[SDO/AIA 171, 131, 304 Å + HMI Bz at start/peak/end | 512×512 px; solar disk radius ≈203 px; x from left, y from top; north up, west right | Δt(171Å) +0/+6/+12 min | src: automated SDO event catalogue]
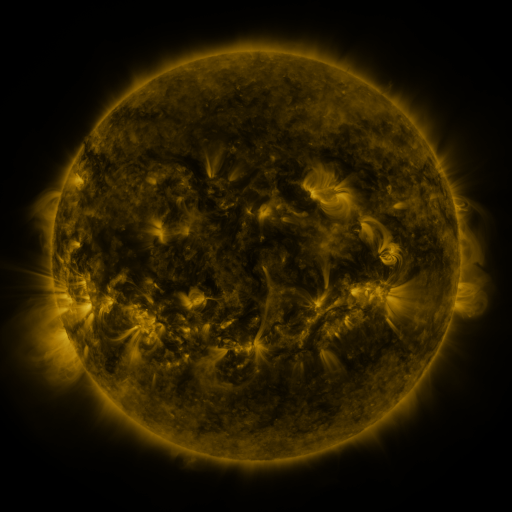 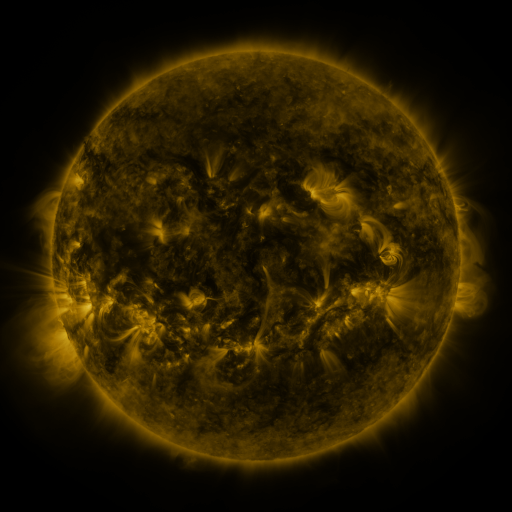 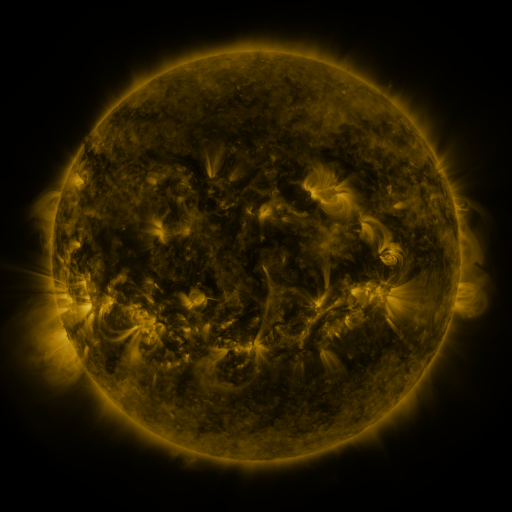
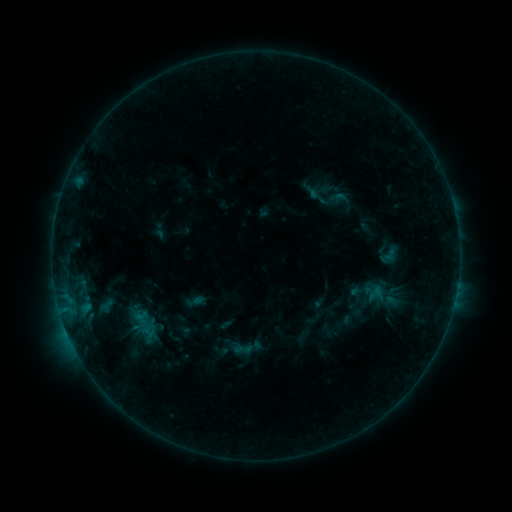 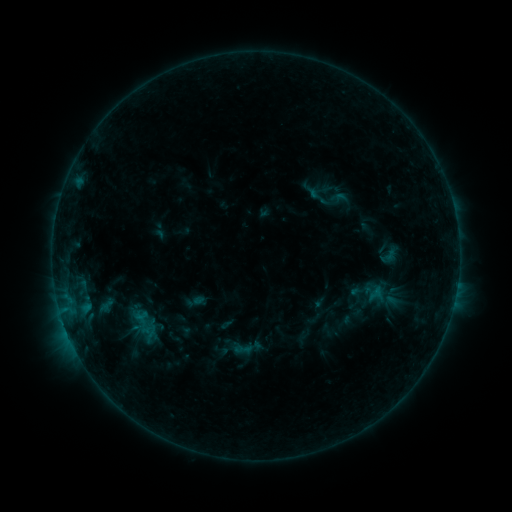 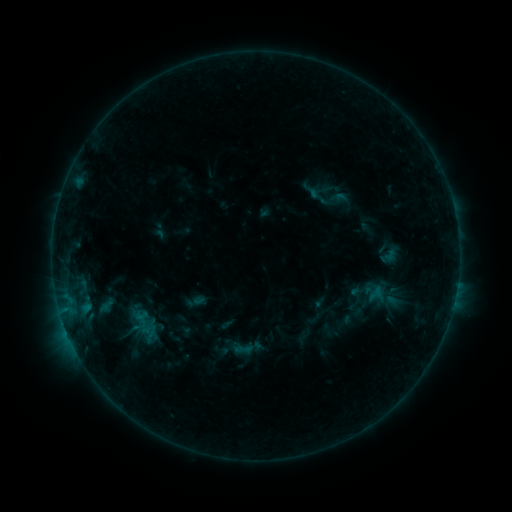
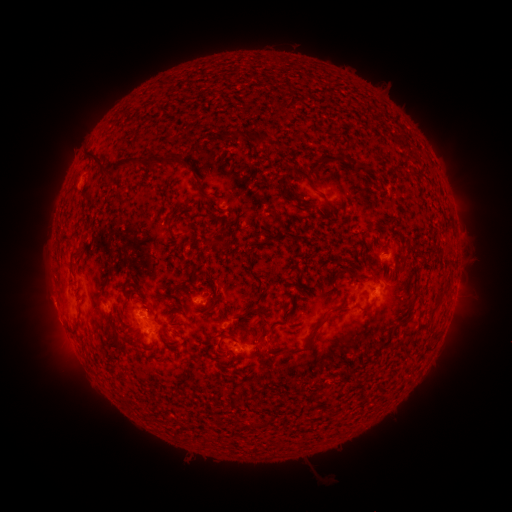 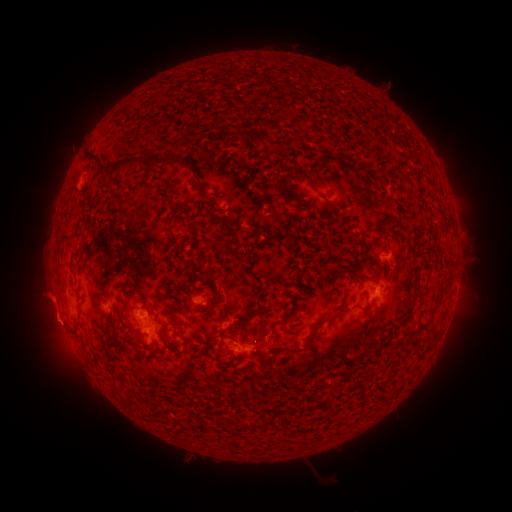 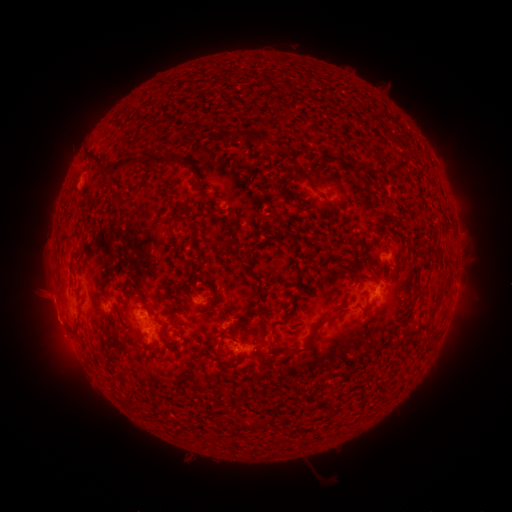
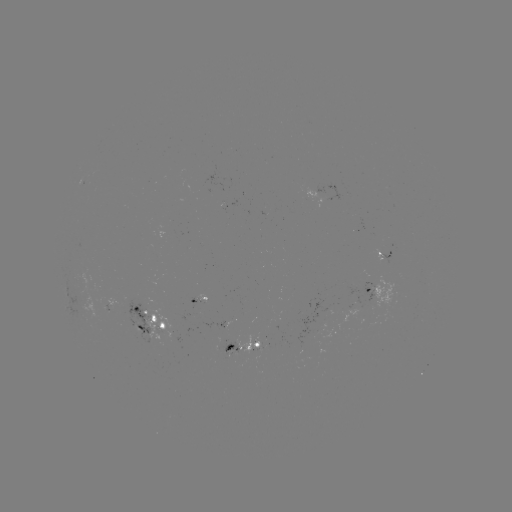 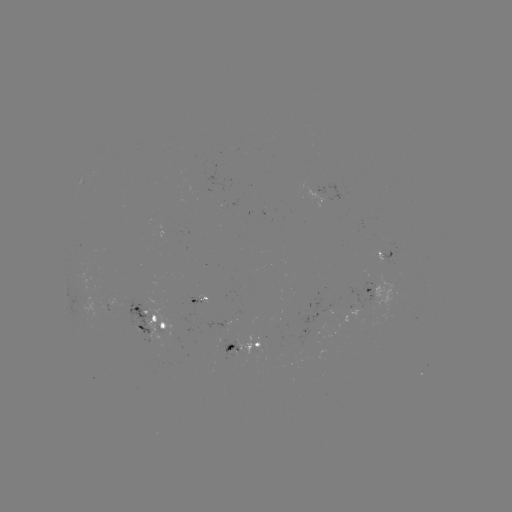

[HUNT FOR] eruption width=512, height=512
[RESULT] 49,314